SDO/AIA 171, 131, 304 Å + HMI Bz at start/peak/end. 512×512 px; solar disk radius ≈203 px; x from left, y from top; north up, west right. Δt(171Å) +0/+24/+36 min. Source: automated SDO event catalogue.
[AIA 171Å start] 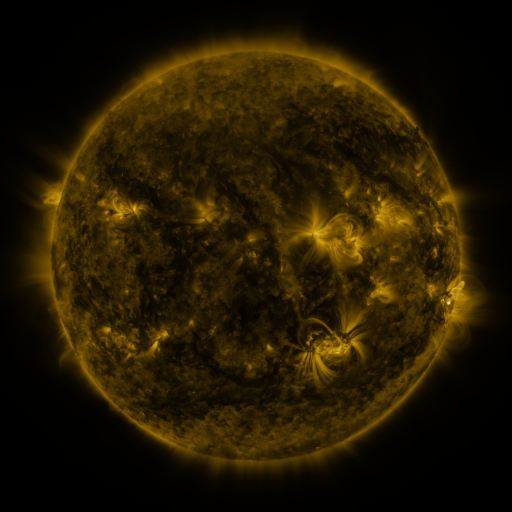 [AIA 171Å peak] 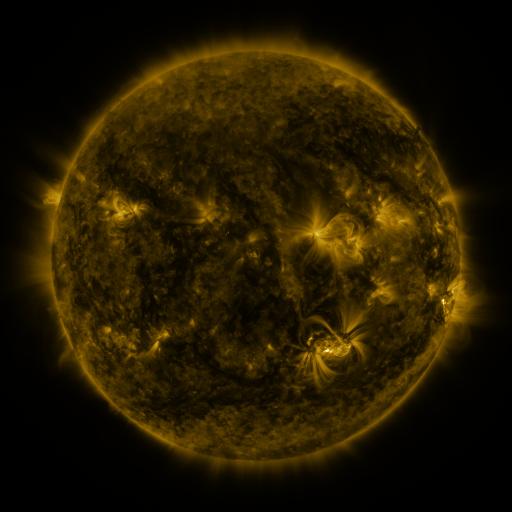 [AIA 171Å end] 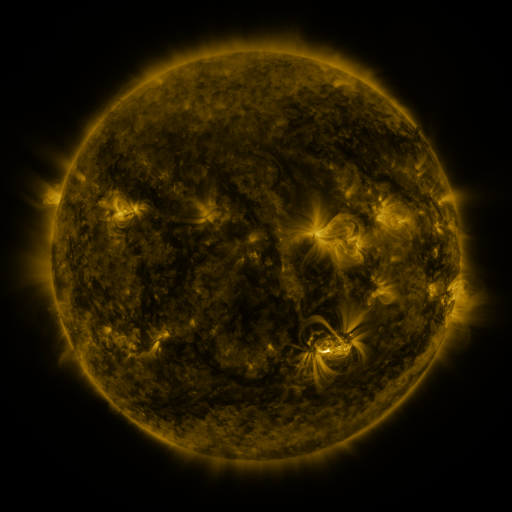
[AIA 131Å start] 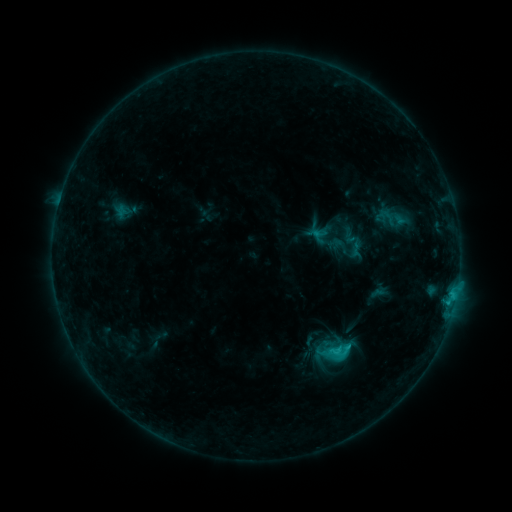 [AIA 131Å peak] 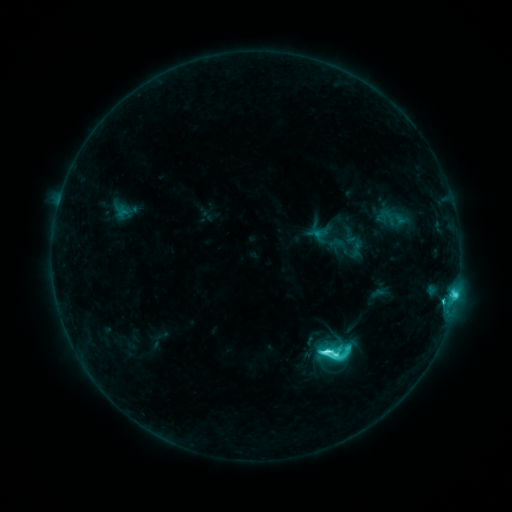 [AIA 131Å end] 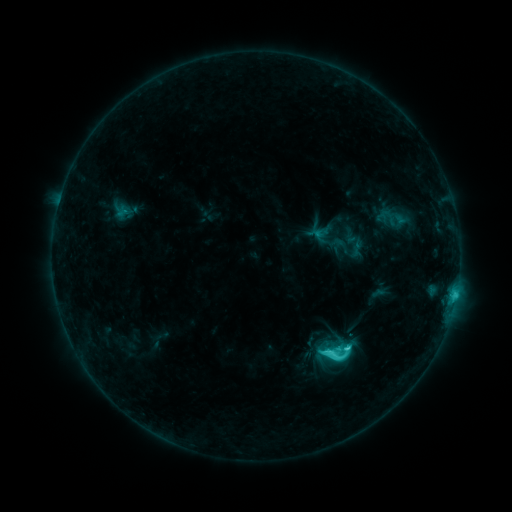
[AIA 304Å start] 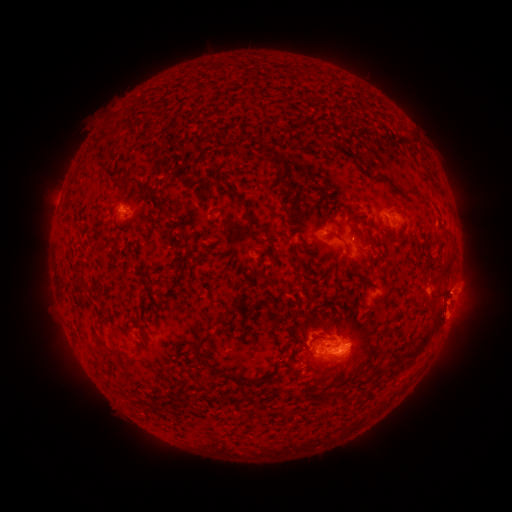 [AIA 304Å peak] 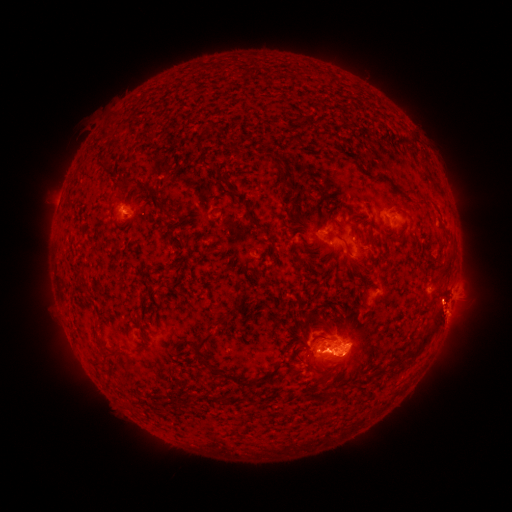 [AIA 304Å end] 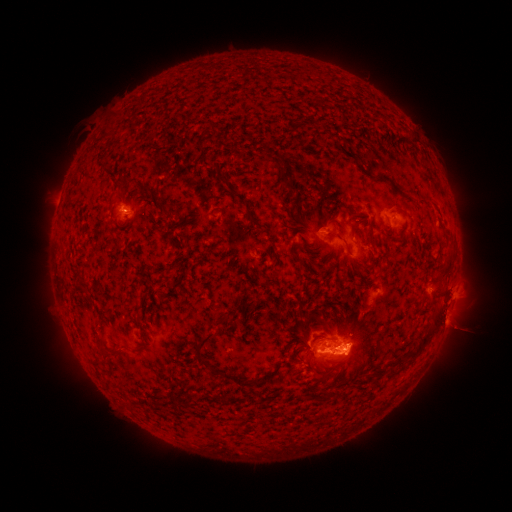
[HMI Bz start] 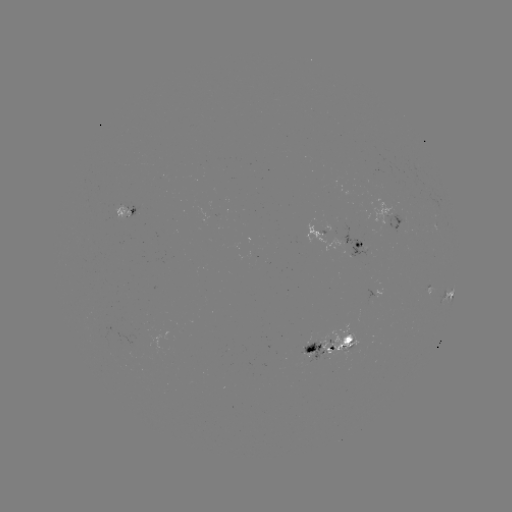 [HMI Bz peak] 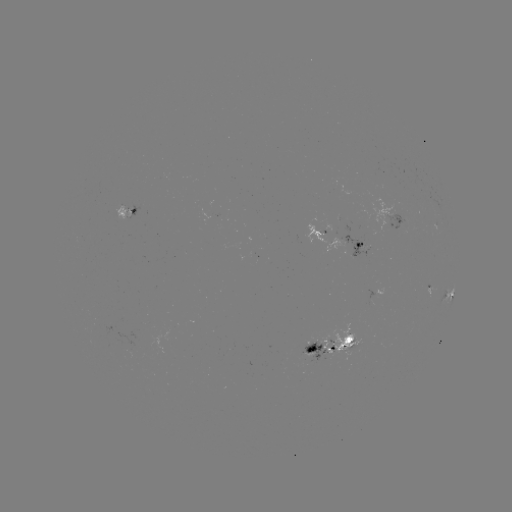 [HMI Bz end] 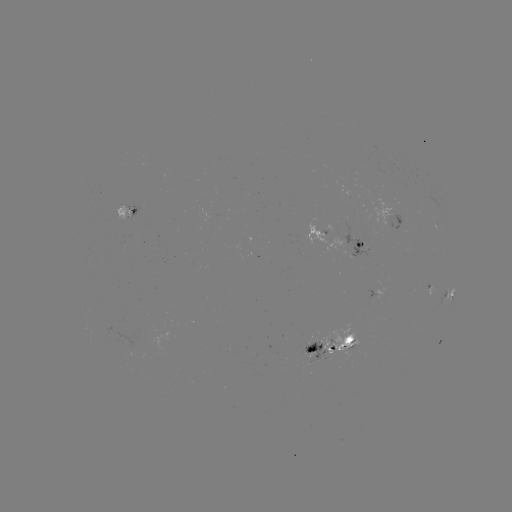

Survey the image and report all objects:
C9.8 flare: (327, 349)
